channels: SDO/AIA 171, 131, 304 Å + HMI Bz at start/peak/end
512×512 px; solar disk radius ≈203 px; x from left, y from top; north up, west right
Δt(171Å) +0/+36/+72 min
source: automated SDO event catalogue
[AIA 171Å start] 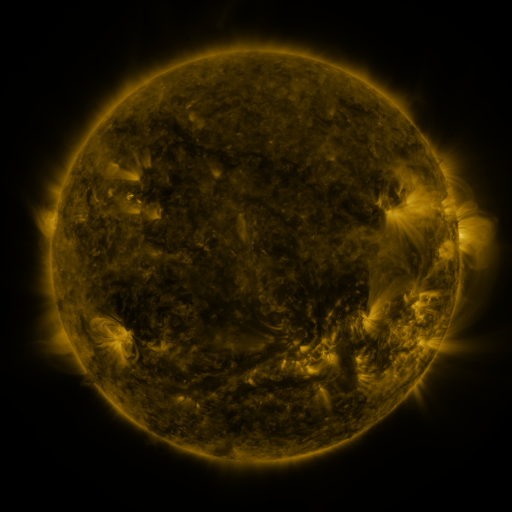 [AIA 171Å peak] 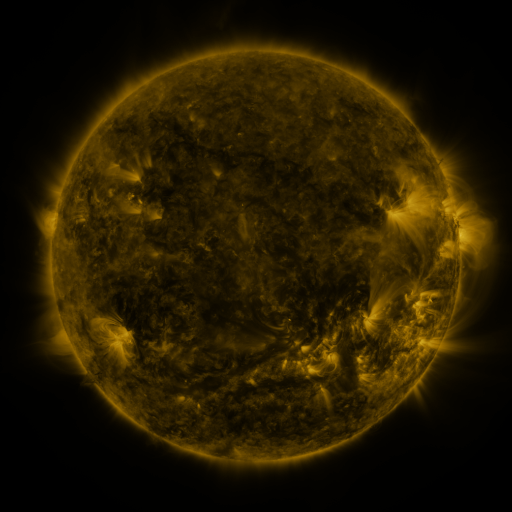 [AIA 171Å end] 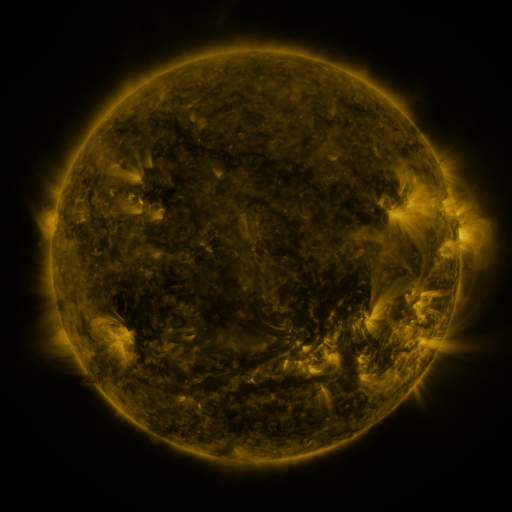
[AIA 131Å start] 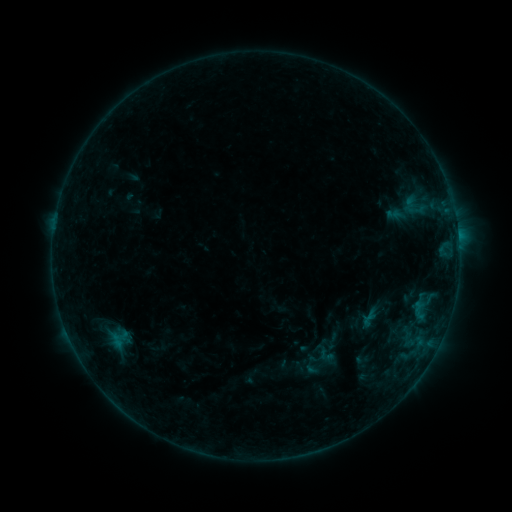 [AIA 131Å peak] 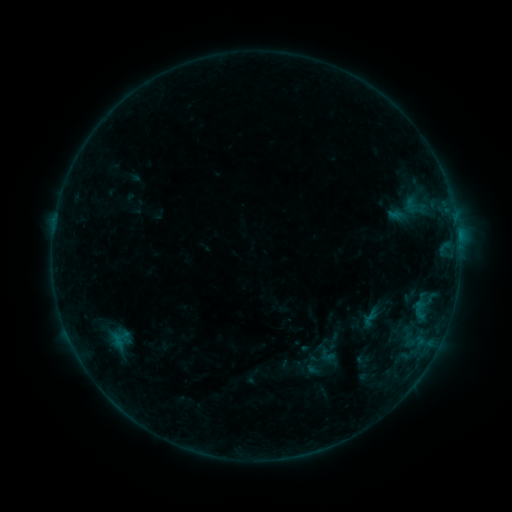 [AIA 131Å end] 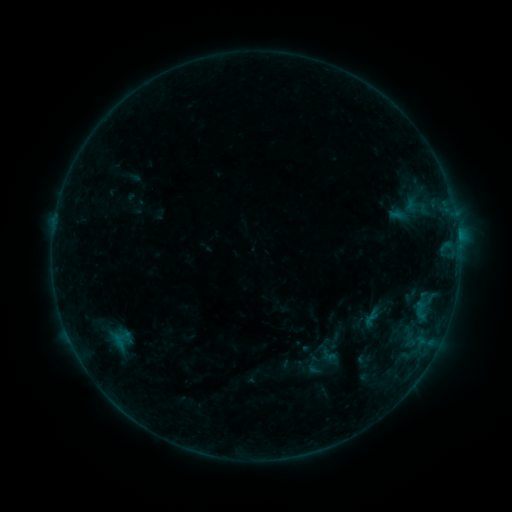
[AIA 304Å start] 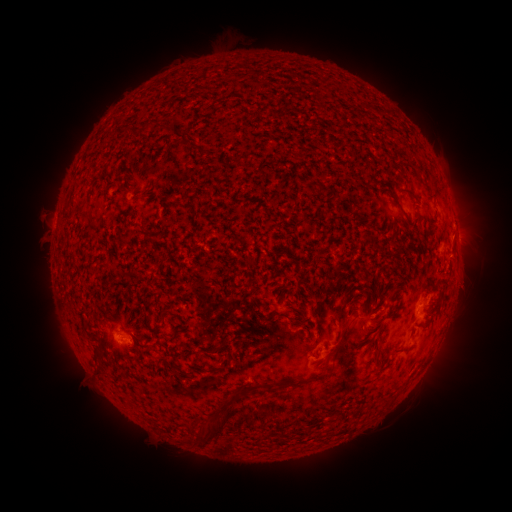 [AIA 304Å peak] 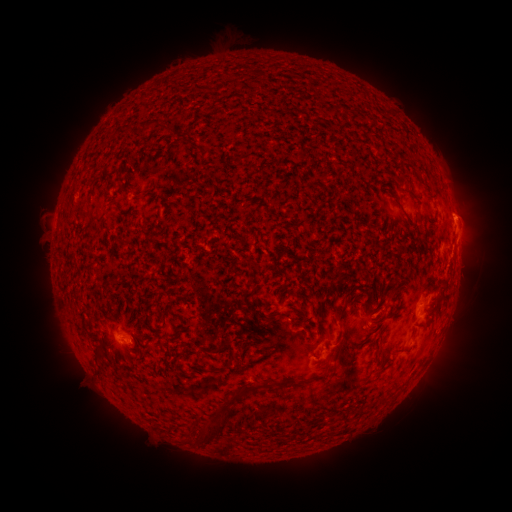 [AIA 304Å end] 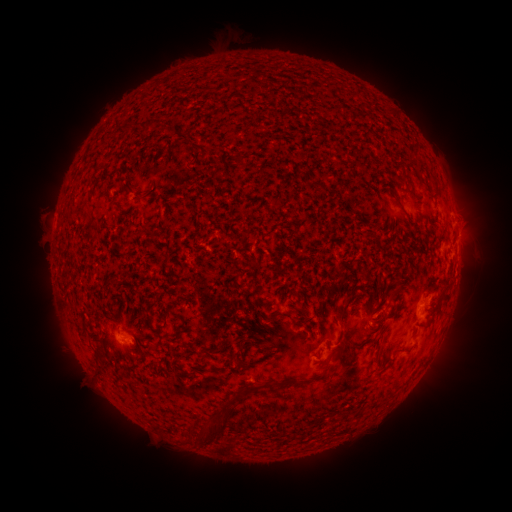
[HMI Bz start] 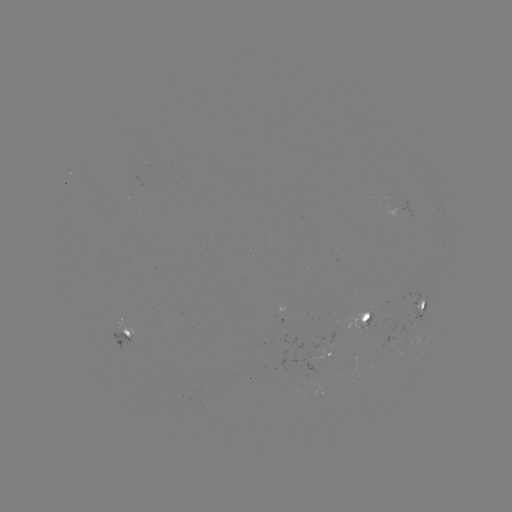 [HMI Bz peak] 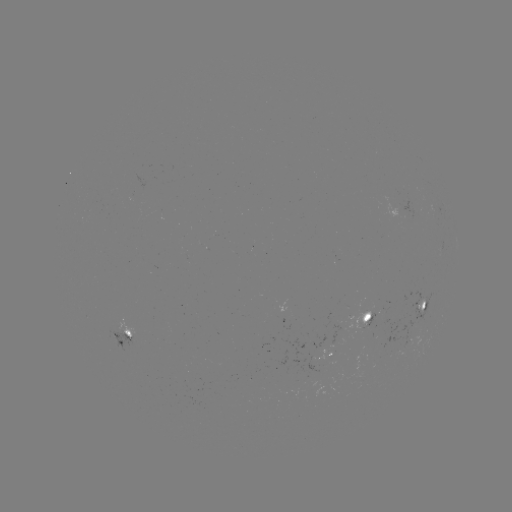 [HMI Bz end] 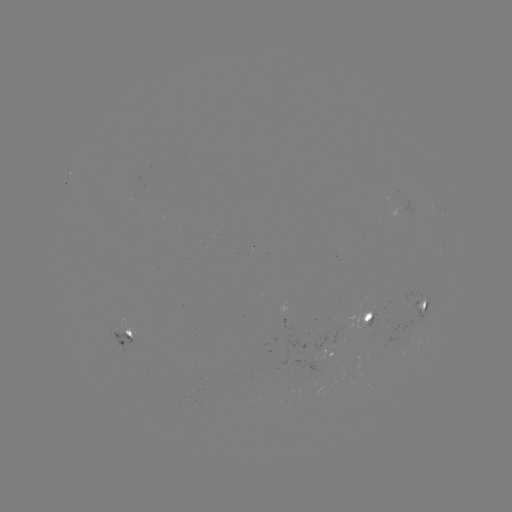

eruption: (435, 178, 498, 312)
